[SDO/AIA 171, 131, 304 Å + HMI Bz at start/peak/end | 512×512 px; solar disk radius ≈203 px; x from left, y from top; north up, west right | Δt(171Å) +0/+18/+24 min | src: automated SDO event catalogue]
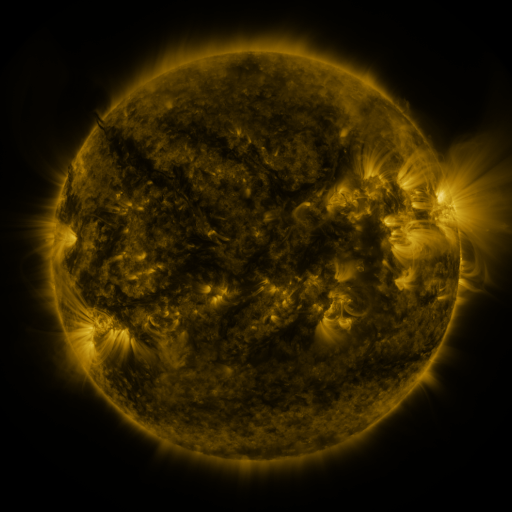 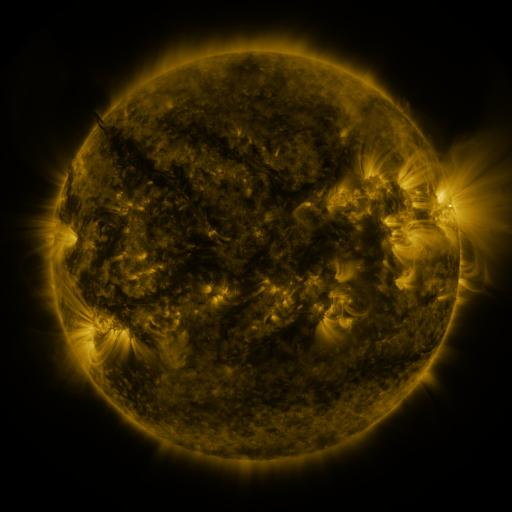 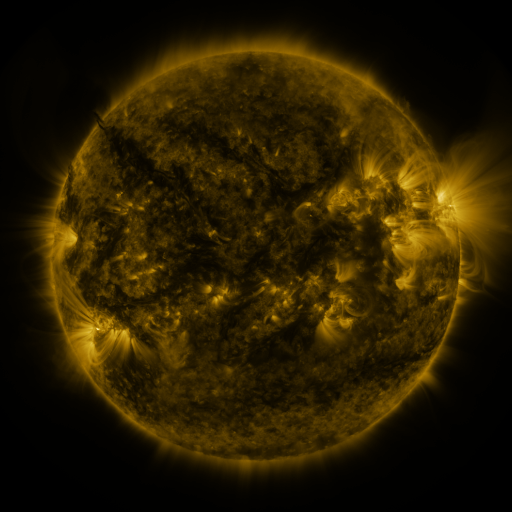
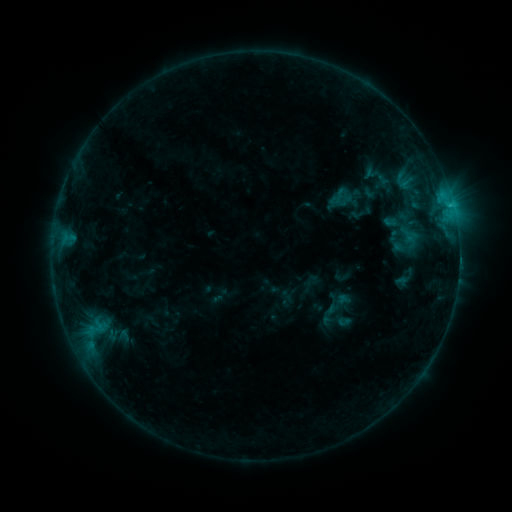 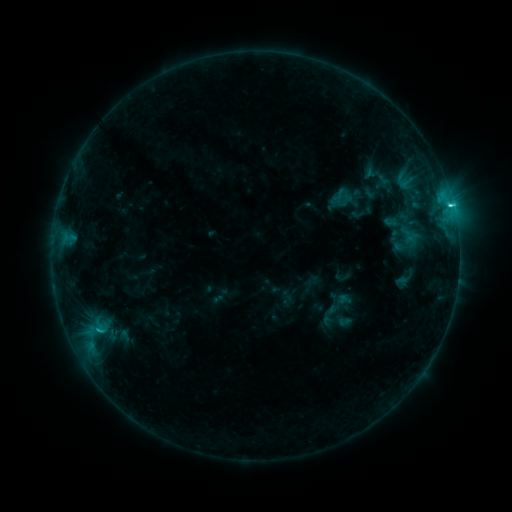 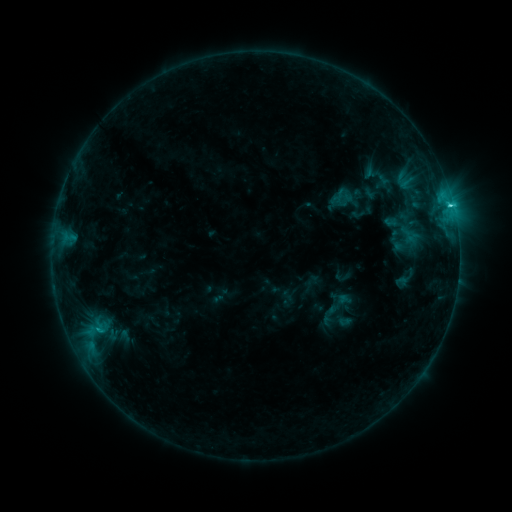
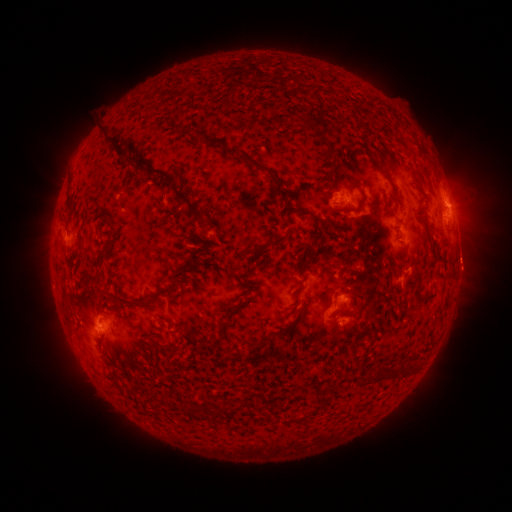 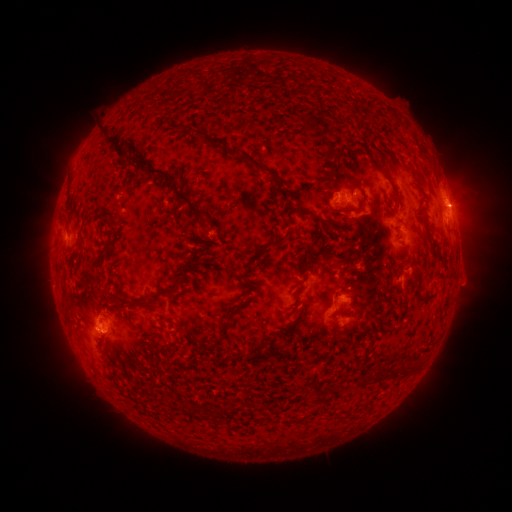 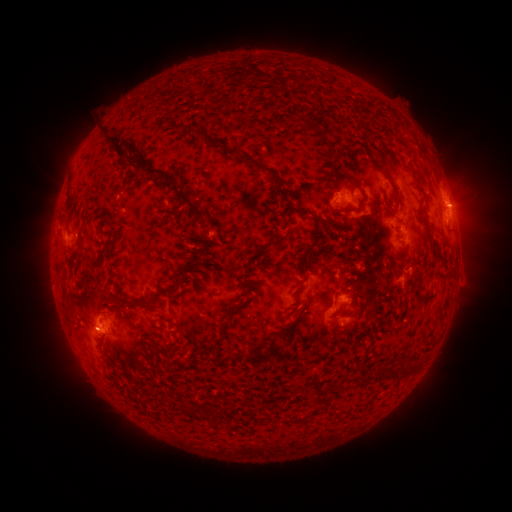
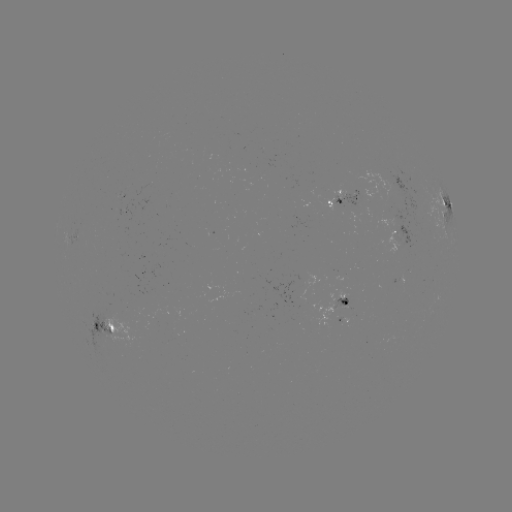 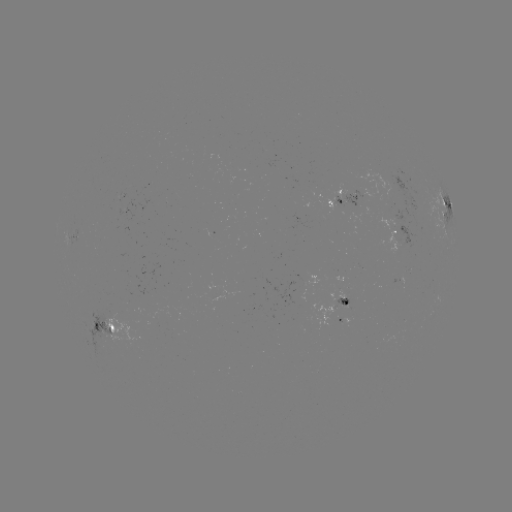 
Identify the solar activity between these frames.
C2.2 flare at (450, 207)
